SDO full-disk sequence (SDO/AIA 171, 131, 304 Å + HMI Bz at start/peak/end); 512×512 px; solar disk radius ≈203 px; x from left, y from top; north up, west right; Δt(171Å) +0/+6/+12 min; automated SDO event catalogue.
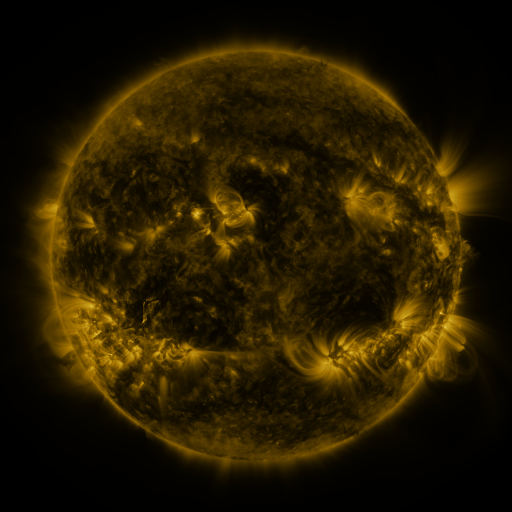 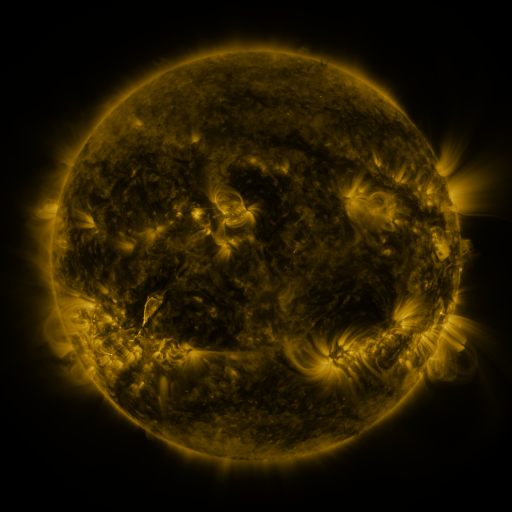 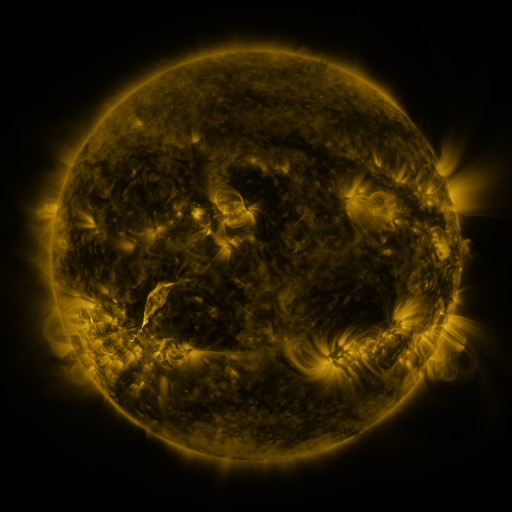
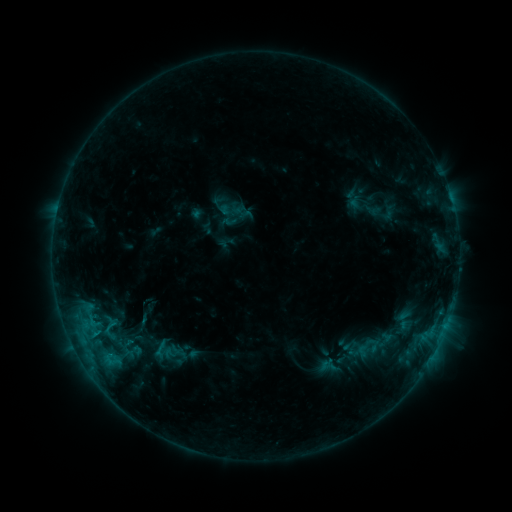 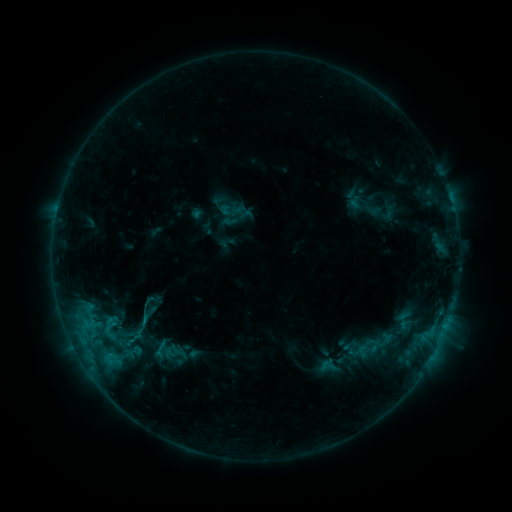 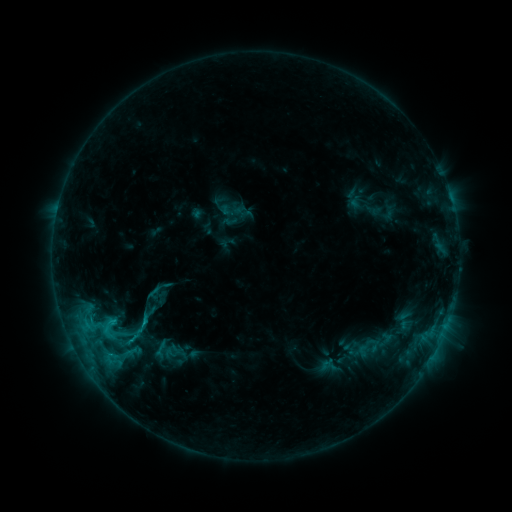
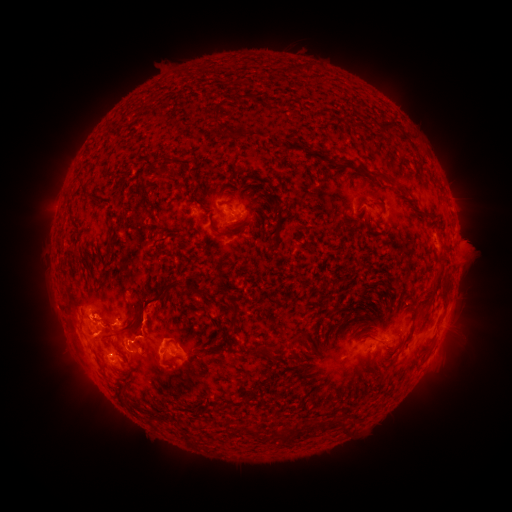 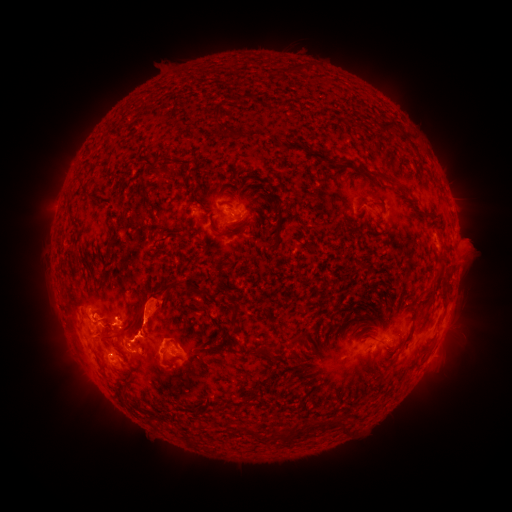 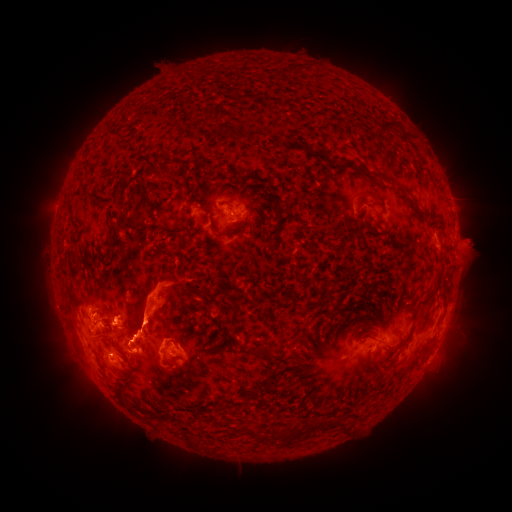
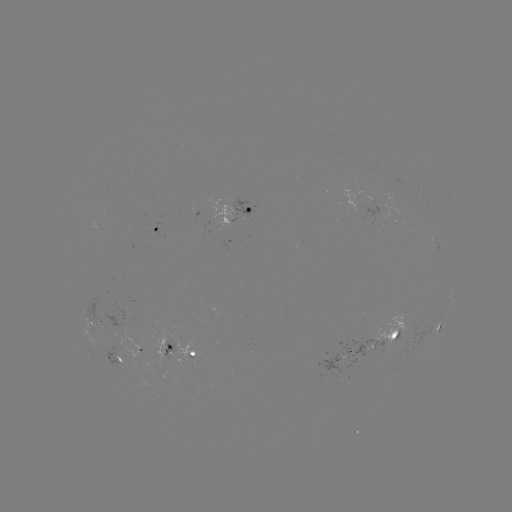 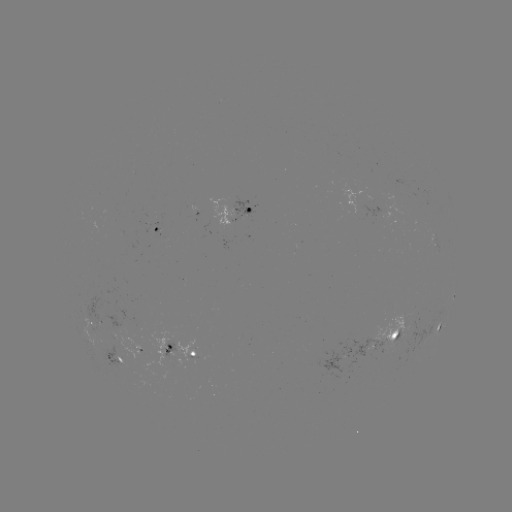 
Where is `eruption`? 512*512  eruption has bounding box [26, 283, 56, 332].